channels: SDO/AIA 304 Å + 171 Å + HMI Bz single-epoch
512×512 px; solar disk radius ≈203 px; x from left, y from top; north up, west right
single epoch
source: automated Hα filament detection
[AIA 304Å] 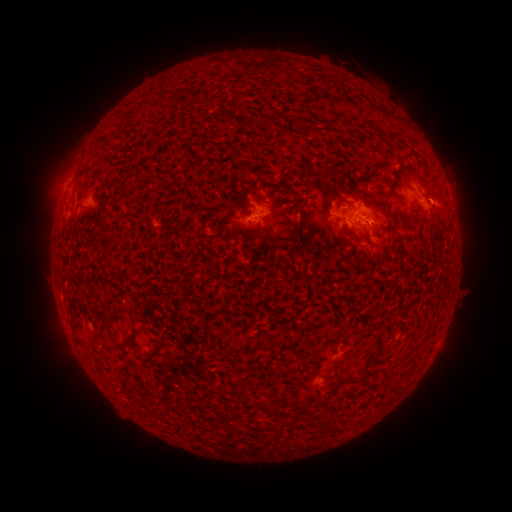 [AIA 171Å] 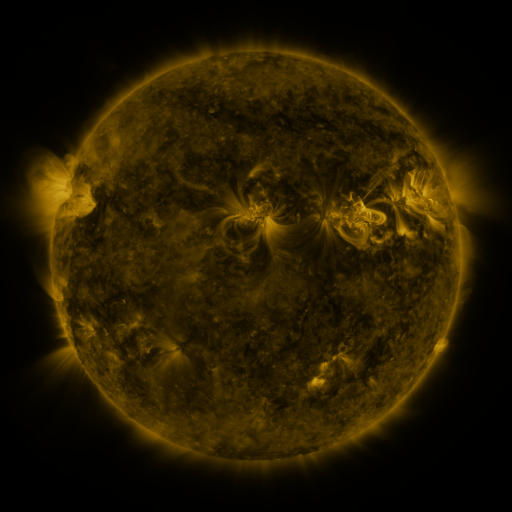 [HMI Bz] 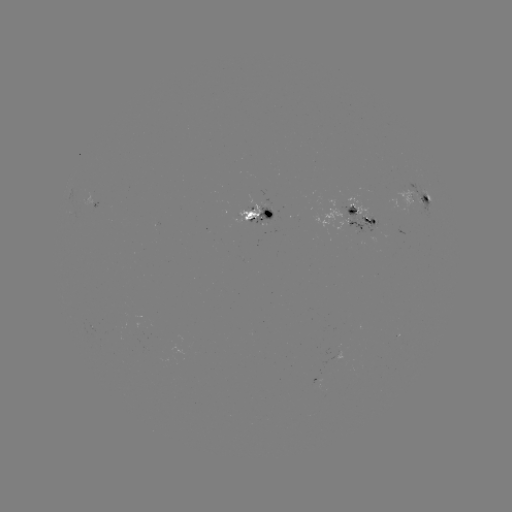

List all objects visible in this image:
filament: <bbox>292, 116, 302, 123</bbox>
filament: <bbox>344, 129, 358, 138</bbox>
filament: <bbox>396, 164, 418, 173</bbox>
filament: <bbox>84, 166, 92, 180</bbox>
filament: <bbox>269, 182, 293, 196</bbox>
filament: <bbox>247, 188, 260, 197</bbox>
filament: <bbox>336, 197, 354, 209</bbox>
filament: <bbox>88, 214, 106, 246</bbox>
filament: <bbox>138, 214, 149, 224</bbox>
filament: <bbox>254, 220, 274, 238</bbox>
filament: <bbox>344, 223, 357, 234</bbox>
filament: <bbox>237, 224, 254, 233</bbox>
filament: <bbox>101, 312, 111, 330</bbox>
filament: <bbox>114, 331, 134, 348</bbox>
filament: <bbox>337, 332, 353, 344</bbox>
filament: <bbox>325, 362, 335, 375</bbox>
filament: <bbox>339, 376, 363, 385</bbox>
filament: <bbox>236, 385, 247, 395</bbox>
filament: <bbox>258, 397, 269, 414</bbox>
filament: <bbox>300, 402, 314, 419</bbox>
